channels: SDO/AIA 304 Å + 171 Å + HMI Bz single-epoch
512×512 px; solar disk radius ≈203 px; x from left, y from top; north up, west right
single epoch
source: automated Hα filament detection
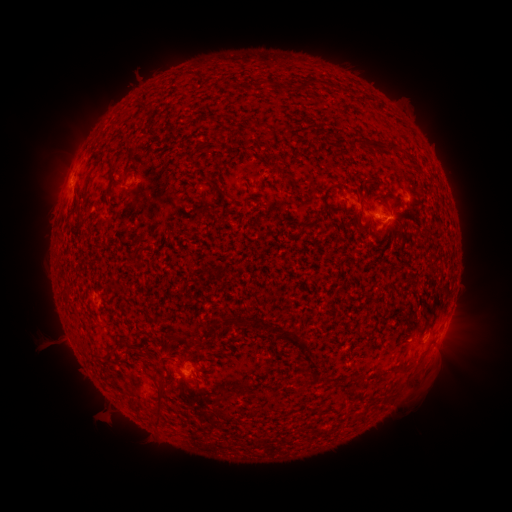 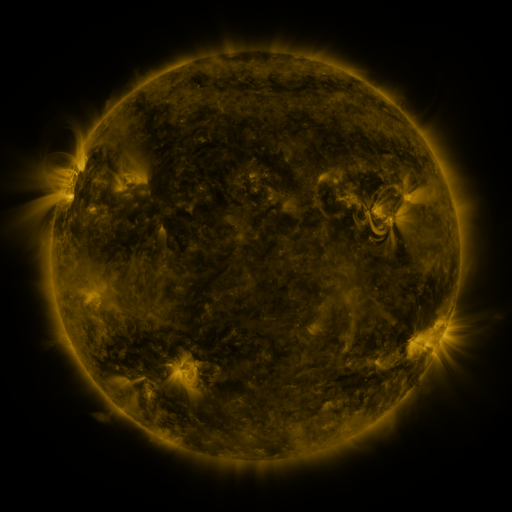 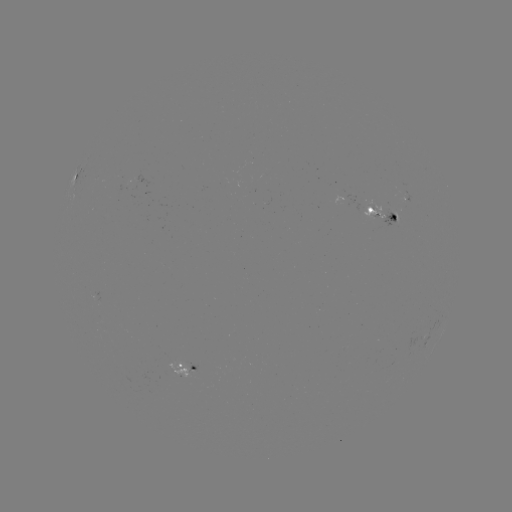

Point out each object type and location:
filament: <bbox>179, 71, 193, 80</bbox>
filament: <bbox>301, 80, 313, 90</bbox>
filament: <bbox>252, 81, 265, 91</bbox>
filament: <bbox>139, 102, 152, 114</bbox>
filament: <bbox>247, 119, 268, 130</bbox>
filament: <bbox>197, 135, 212, 150</bbox>
filament: <bbox>349, 139, 397, 154</bbox>
filament: <bbox>82, 156, 102, 203</bbox>
filament: <bbox>272, 159, 279, 171</bbox>
filament: <bbox>202, 177, 220, 188</bbox>
filament: <bbox>321, 183, 342, 210</bbox>
filament: <bbox>217, 187, 228, 199</bbox>
filament: <bbox>381, 191, 392, 209</bbox>
filament: <bbox>235, 318, 245, 327</bbox>
filament: <bbox>283, 329, 308, 349</bbox>
filament: <bbox>121, 336, 140, 350</bbox>
filament: <bbox>187, 336, 195, 346</bbox>
filament: <bbox>195, 342, 203, 354</bbox>
filament: <bbox>156, 383, 166, 407</bbox>
filament: <bbox>152, 414, 161, 426</bbox>
